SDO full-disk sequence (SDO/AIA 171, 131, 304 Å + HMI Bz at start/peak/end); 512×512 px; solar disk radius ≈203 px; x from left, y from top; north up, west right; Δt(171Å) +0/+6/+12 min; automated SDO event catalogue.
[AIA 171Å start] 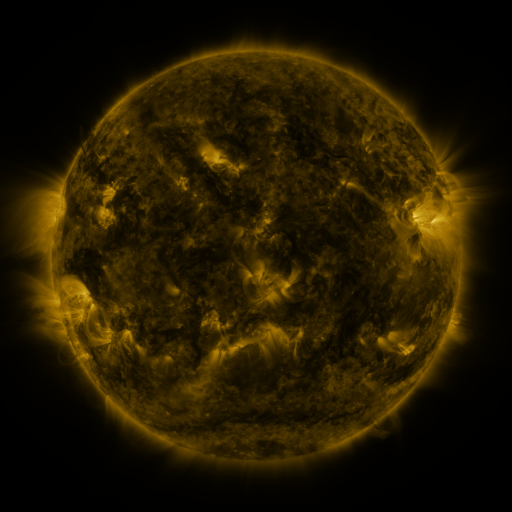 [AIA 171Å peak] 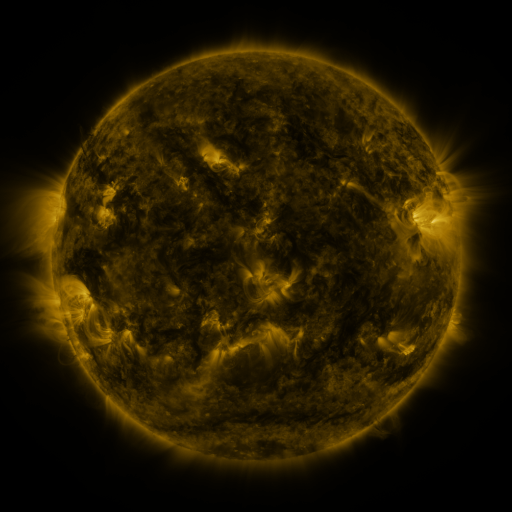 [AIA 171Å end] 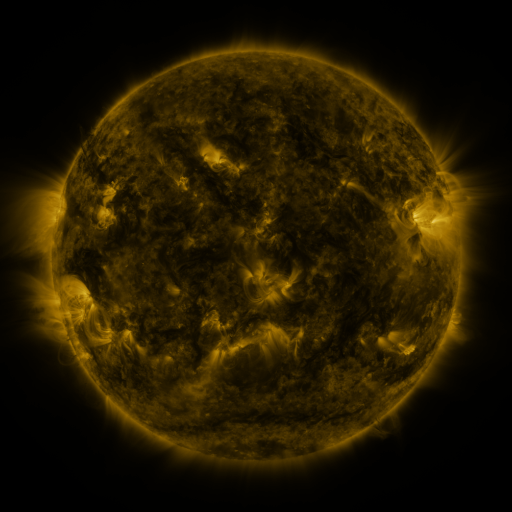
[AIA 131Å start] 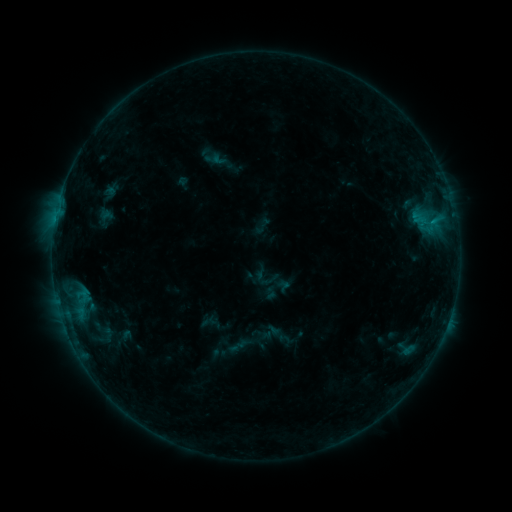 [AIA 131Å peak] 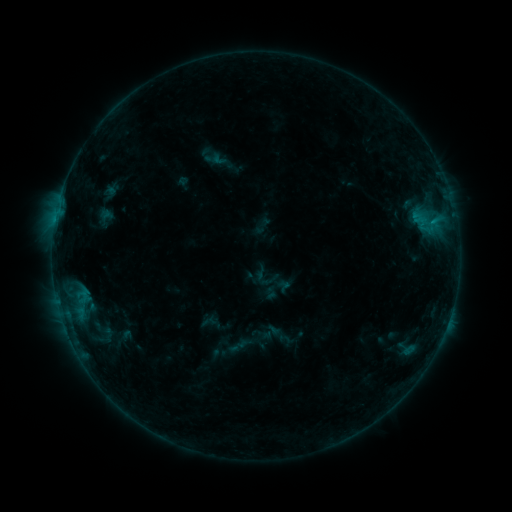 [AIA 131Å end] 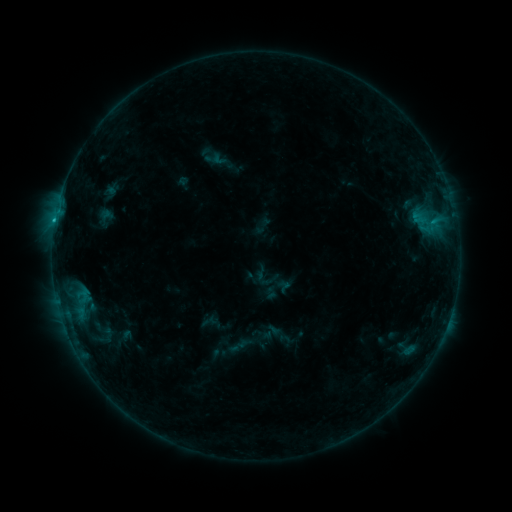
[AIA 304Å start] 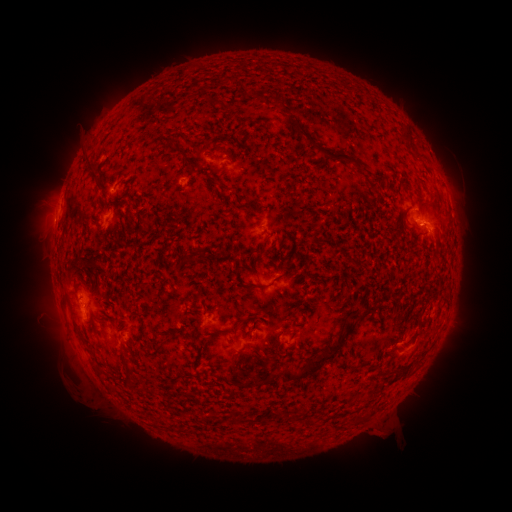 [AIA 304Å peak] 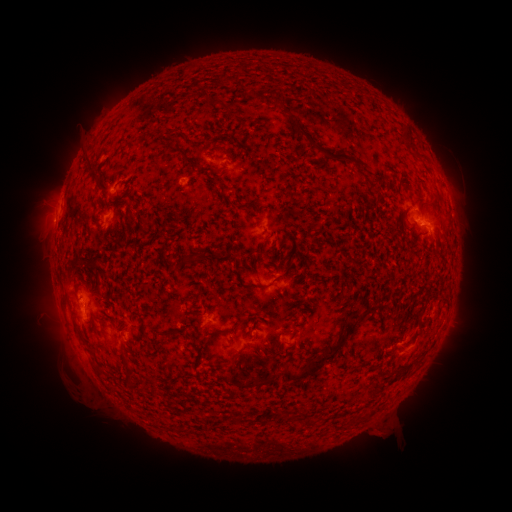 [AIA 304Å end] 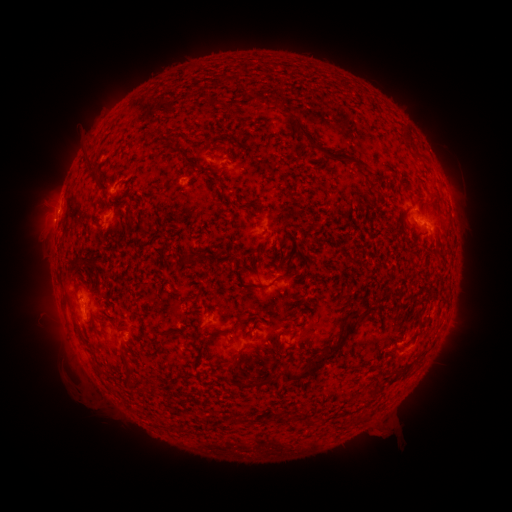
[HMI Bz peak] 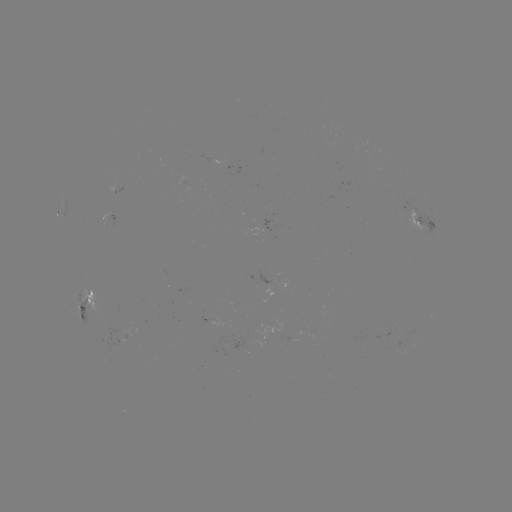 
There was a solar eruption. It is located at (48, 223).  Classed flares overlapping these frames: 1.